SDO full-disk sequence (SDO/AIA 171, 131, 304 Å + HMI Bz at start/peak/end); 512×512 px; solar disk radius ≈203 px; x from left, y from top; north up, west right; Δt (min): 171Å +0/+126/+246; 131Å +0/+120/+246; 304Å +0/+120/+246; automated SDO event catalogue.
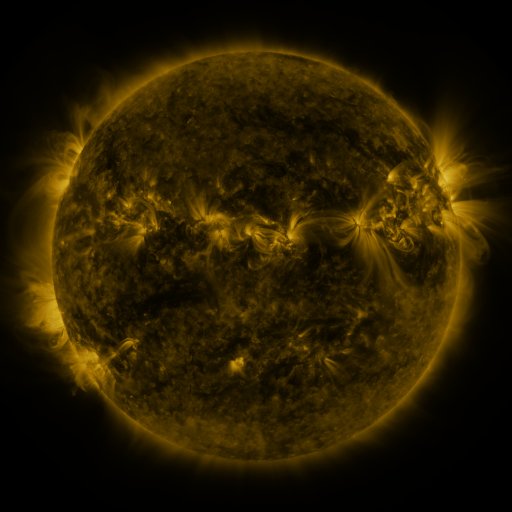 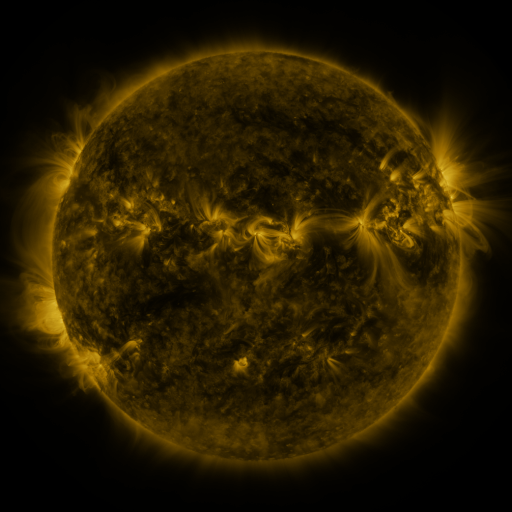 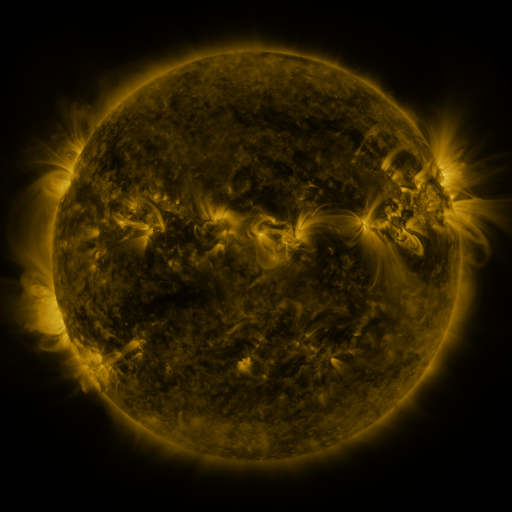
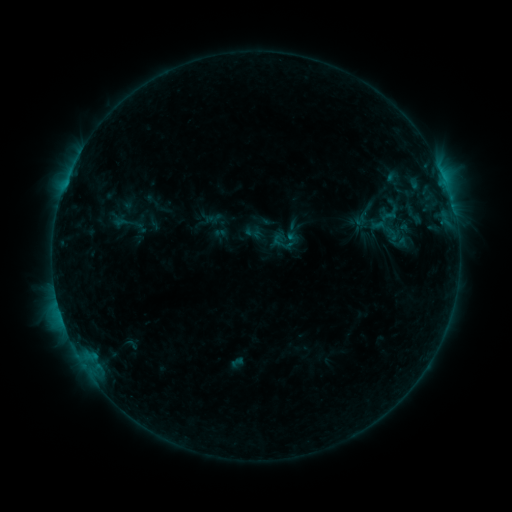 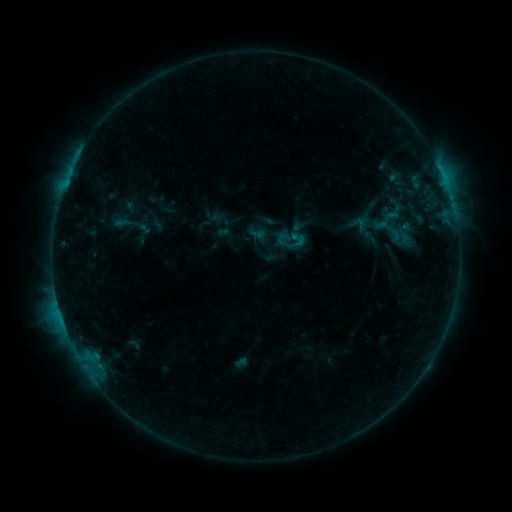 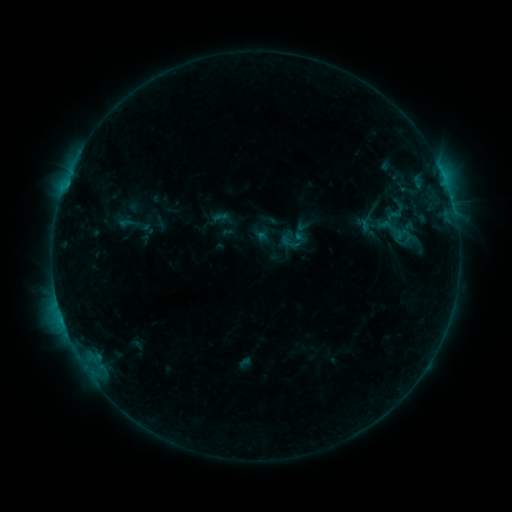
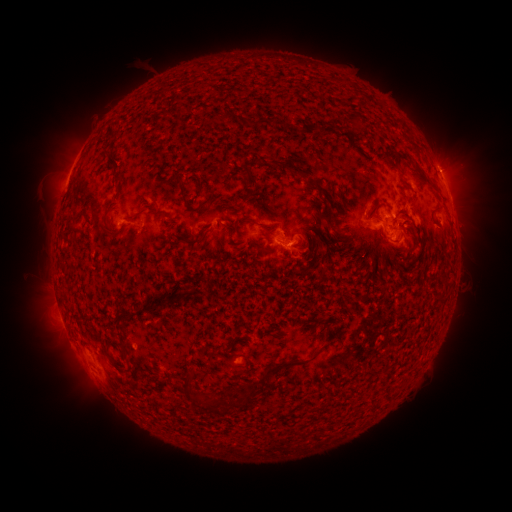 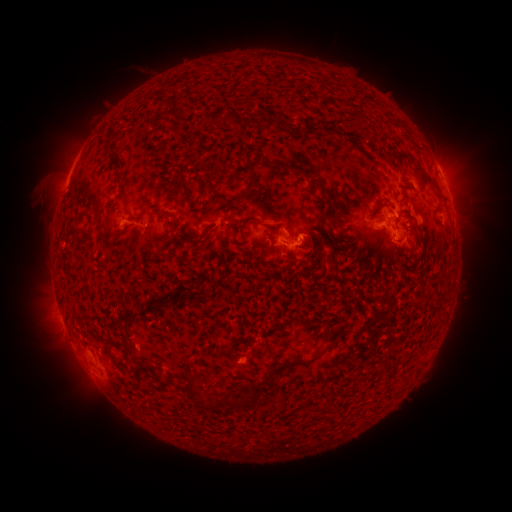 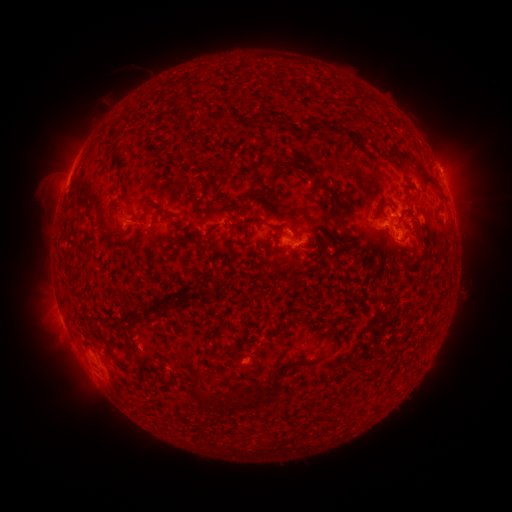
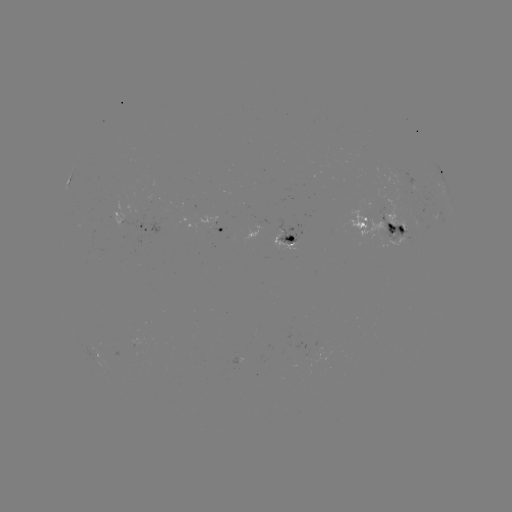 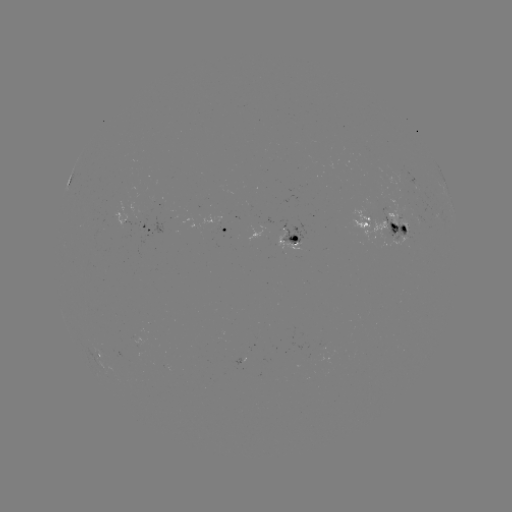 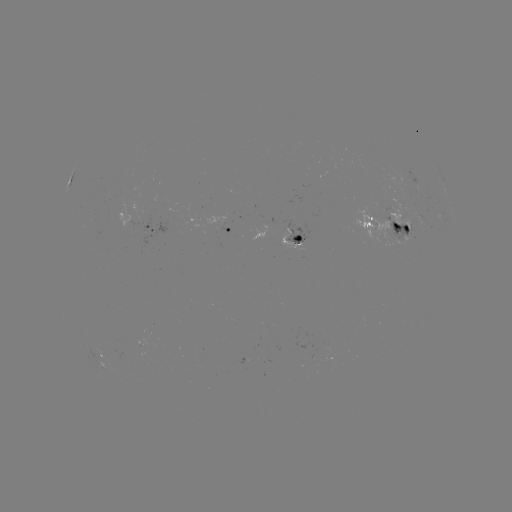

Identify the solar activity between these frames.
filament eruption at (145, 70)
